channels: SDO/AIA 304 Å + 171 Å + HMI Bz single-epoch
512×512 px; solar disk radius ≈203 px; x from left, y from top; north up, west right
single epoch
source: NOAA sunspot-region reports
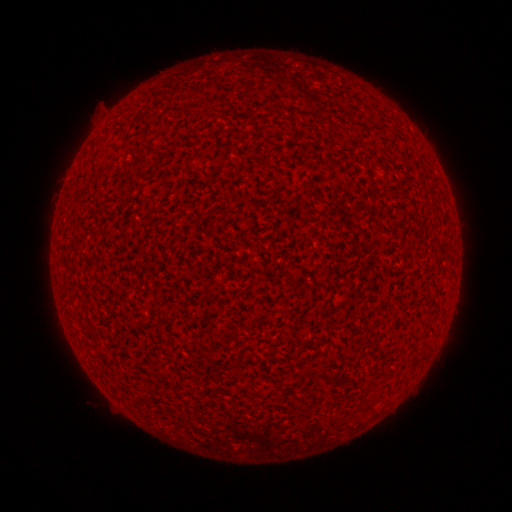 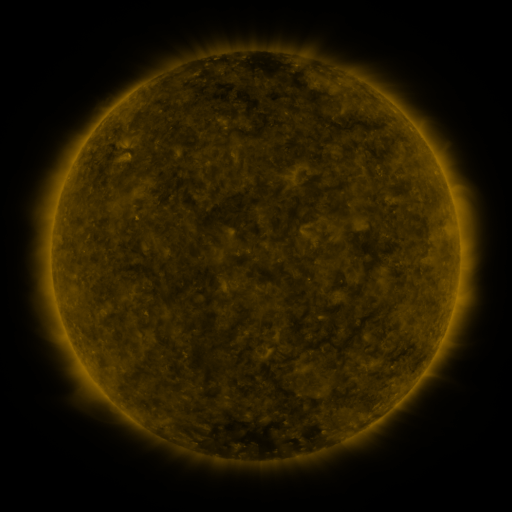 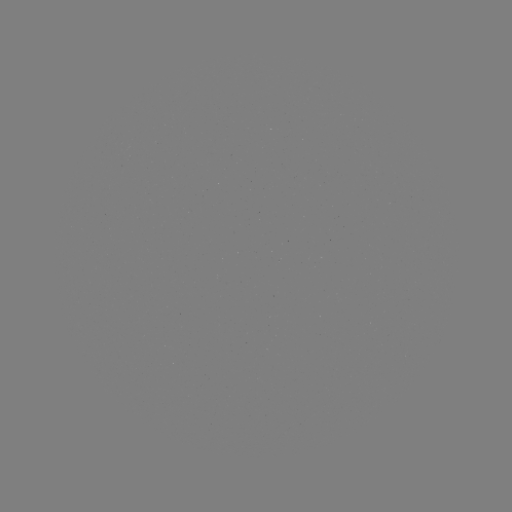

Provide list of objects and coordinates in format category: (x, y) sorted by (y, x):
(none)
